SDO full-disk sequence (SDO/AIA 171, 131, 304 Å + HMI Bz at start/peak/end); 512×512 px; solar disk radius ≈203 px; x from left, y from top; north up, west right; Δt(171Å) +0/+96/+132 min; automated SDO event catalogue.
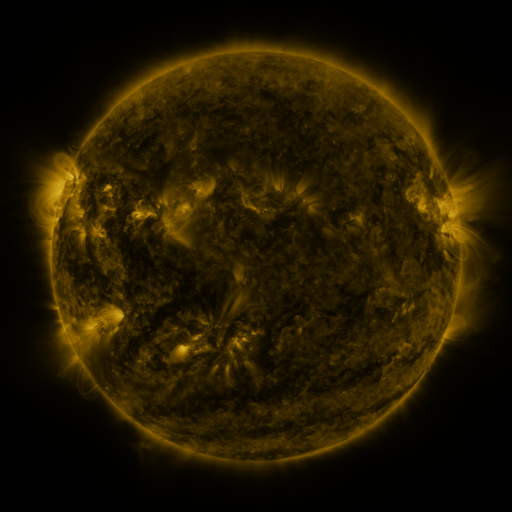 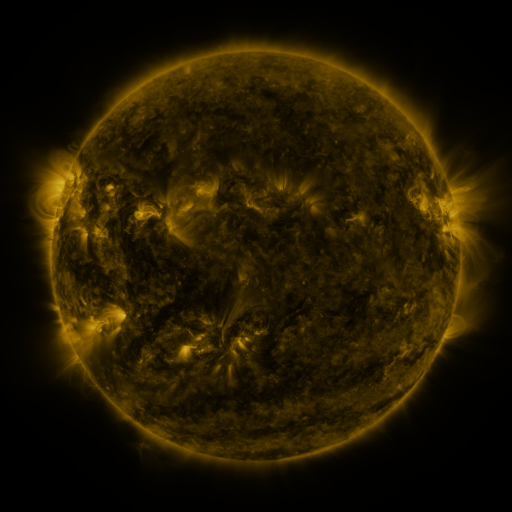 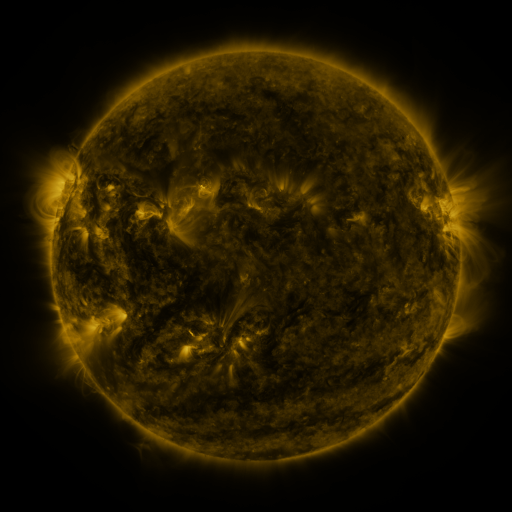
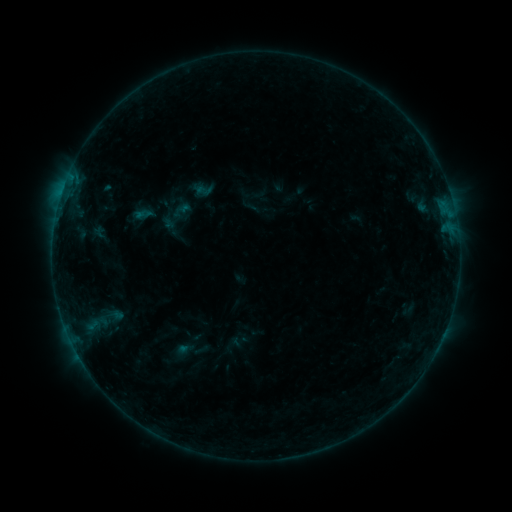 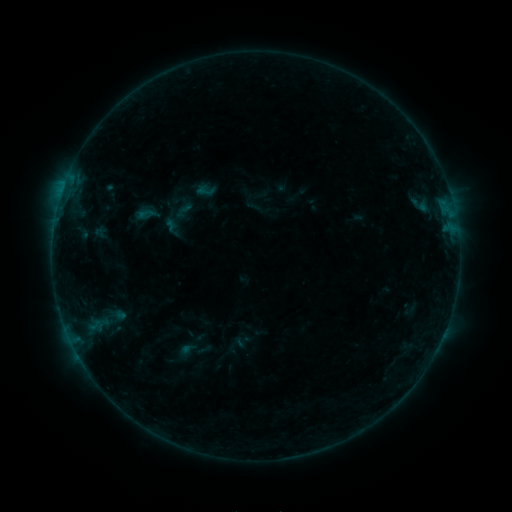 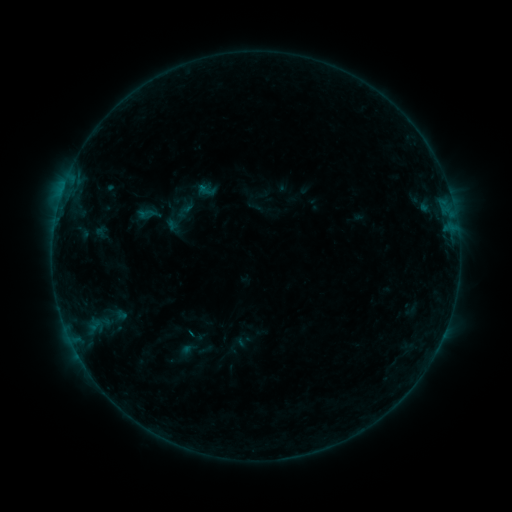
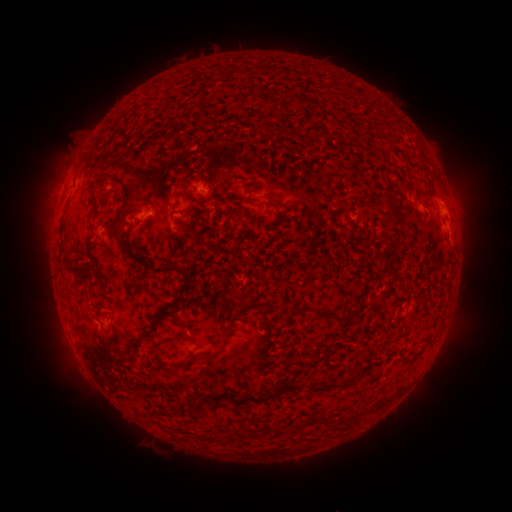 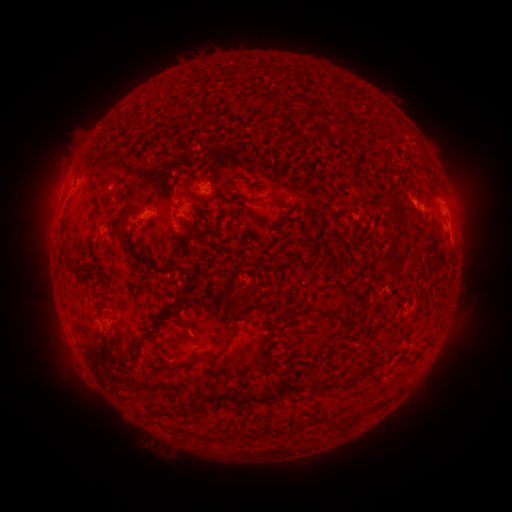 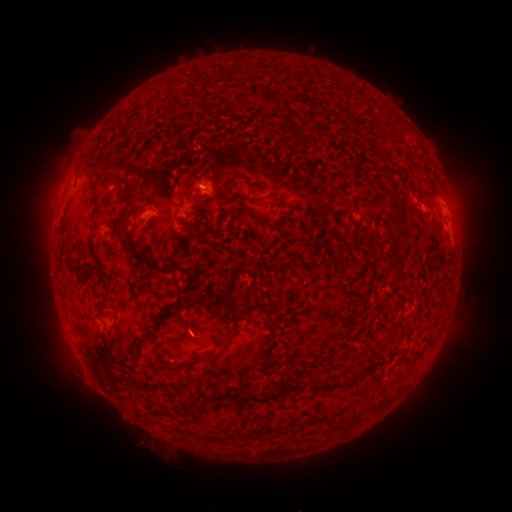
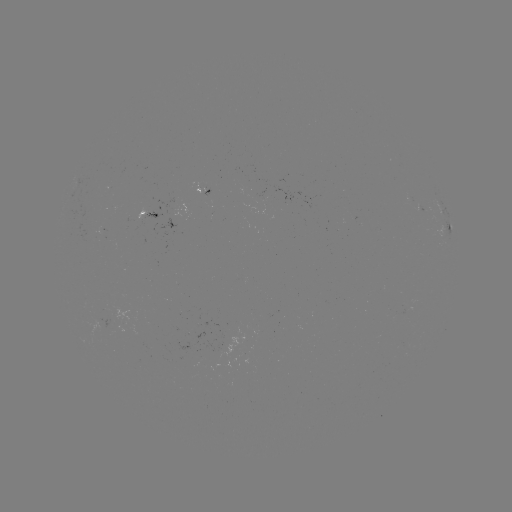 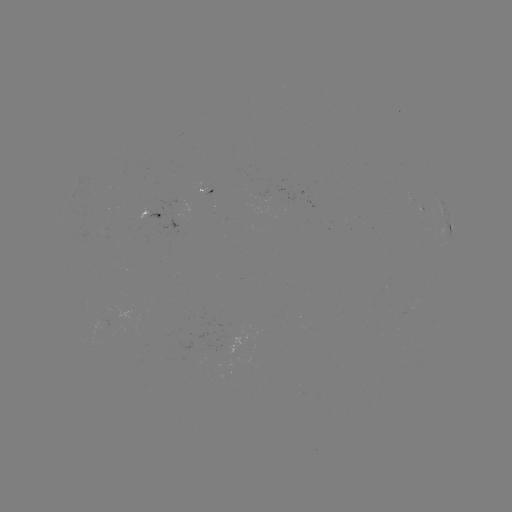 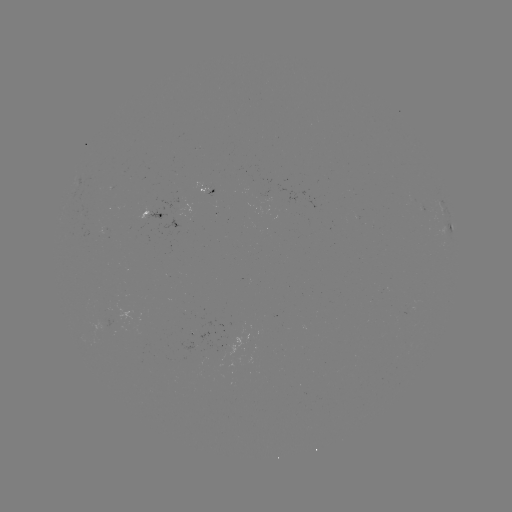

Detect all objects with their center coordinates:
emerging-flux region: (262, 200)
